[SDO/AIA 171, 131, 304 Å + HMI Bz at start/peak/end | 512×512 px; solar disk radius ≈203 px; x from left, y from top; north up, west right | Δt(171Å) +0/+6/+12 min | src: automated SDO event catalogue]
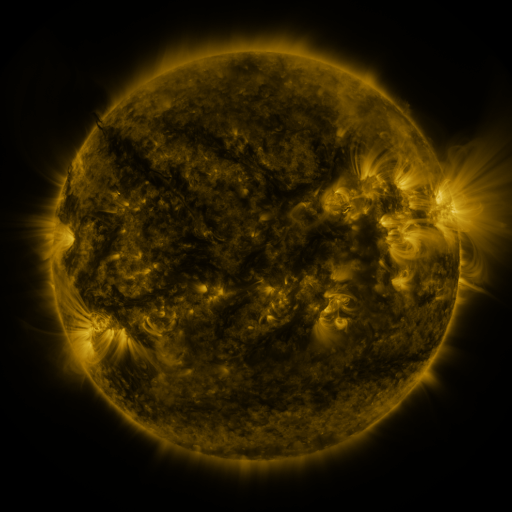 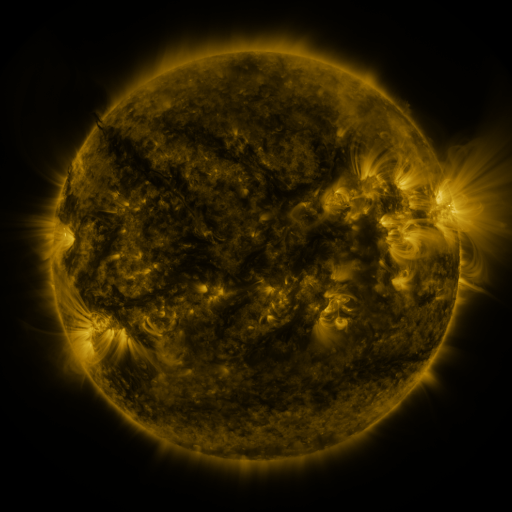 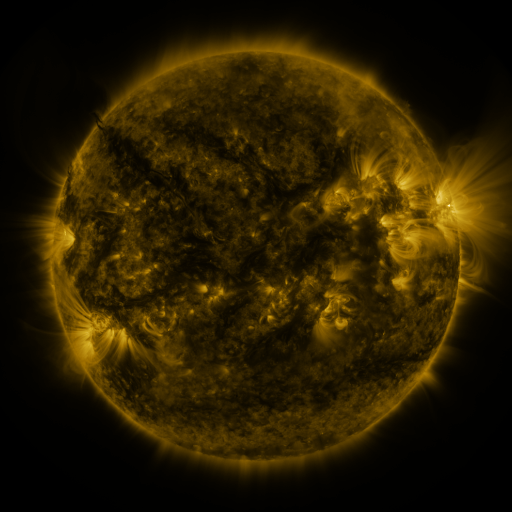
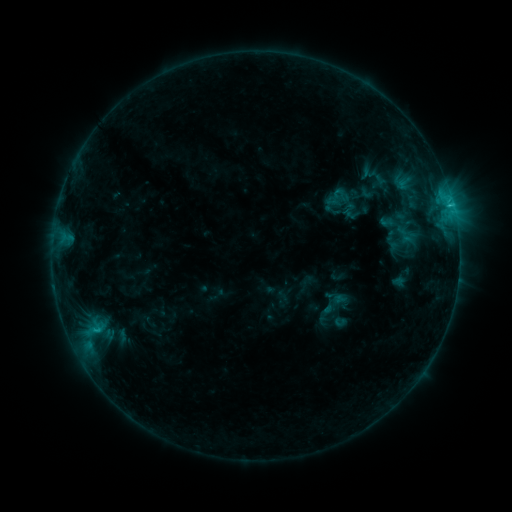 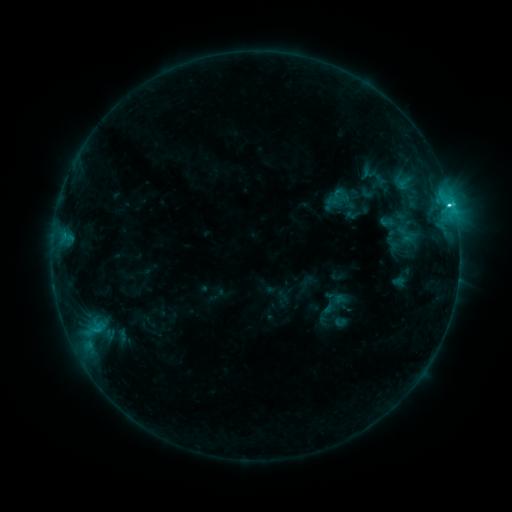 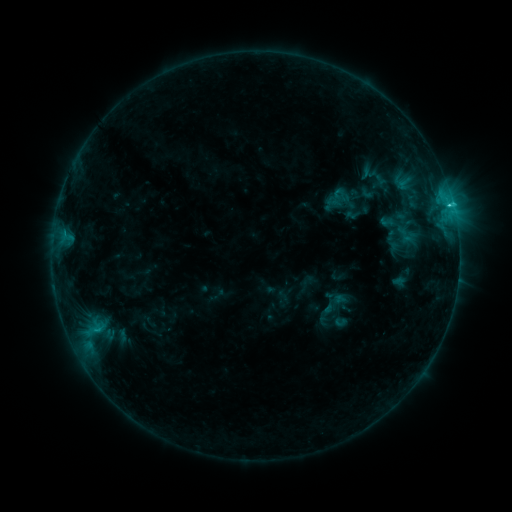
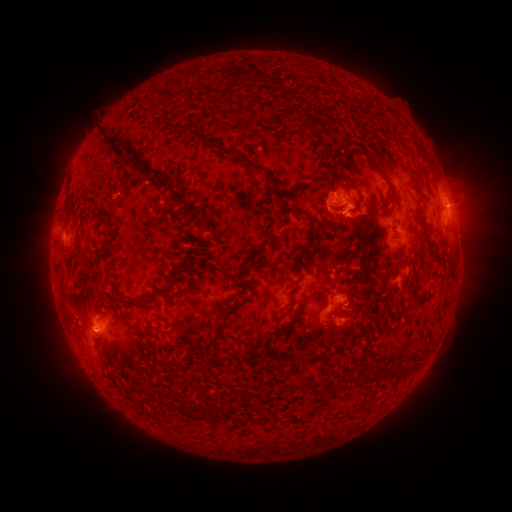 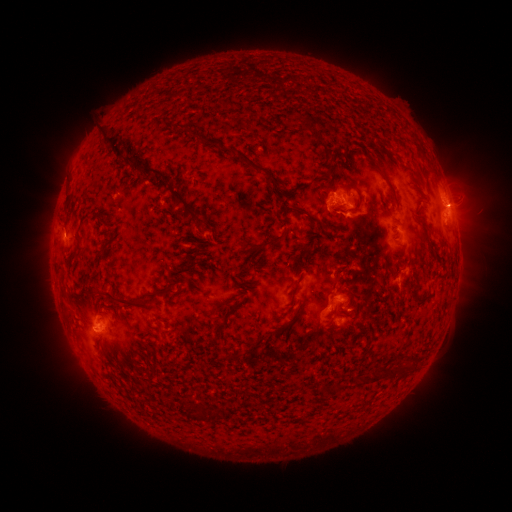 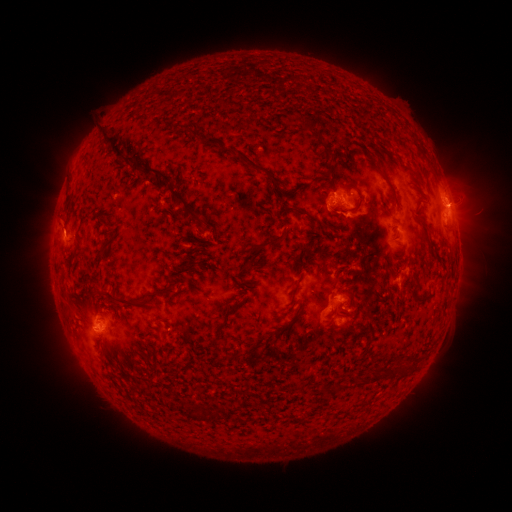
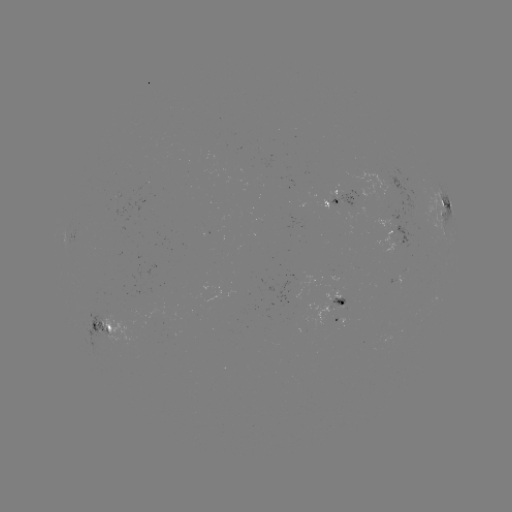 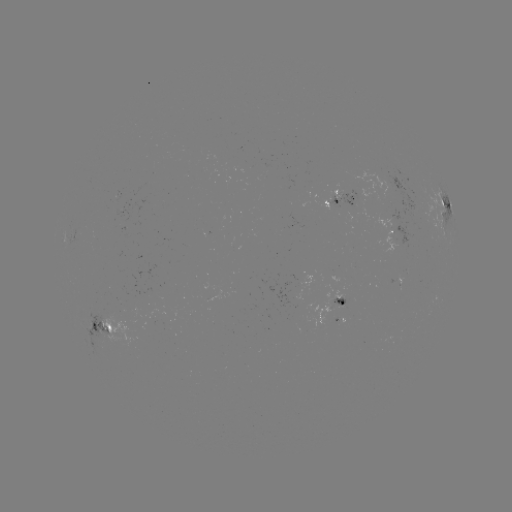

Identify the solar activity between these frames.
C2.4 flare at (449, 207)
